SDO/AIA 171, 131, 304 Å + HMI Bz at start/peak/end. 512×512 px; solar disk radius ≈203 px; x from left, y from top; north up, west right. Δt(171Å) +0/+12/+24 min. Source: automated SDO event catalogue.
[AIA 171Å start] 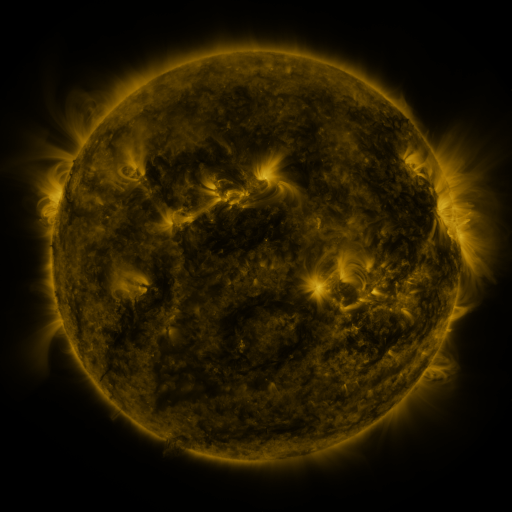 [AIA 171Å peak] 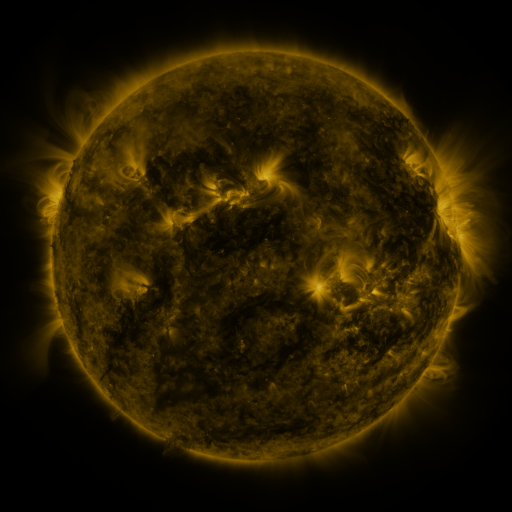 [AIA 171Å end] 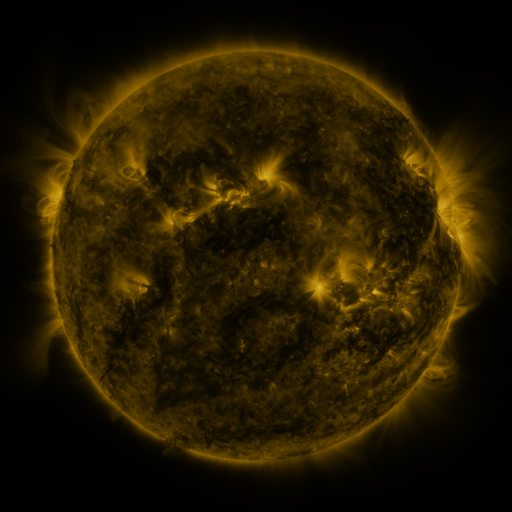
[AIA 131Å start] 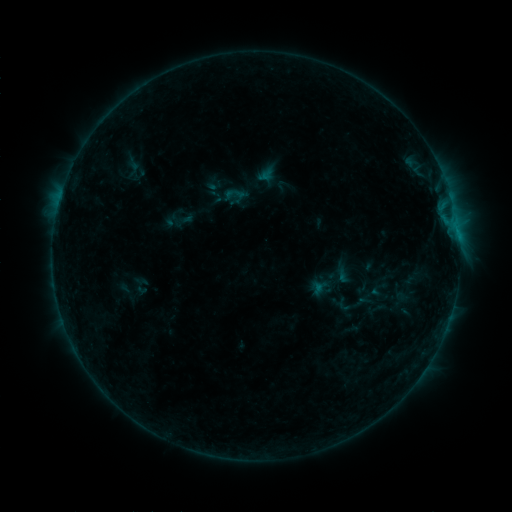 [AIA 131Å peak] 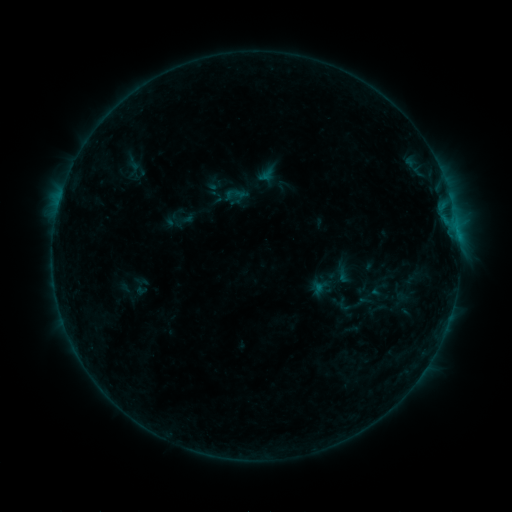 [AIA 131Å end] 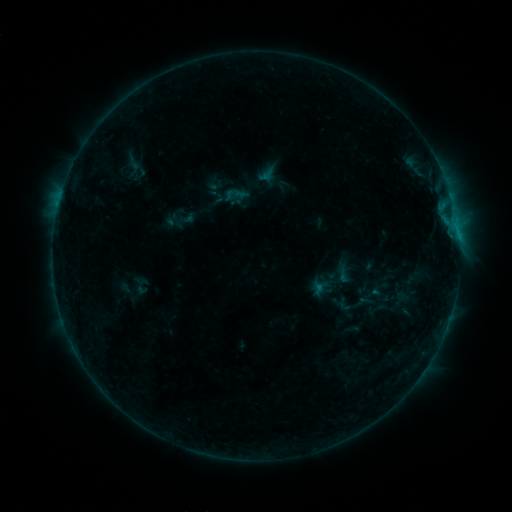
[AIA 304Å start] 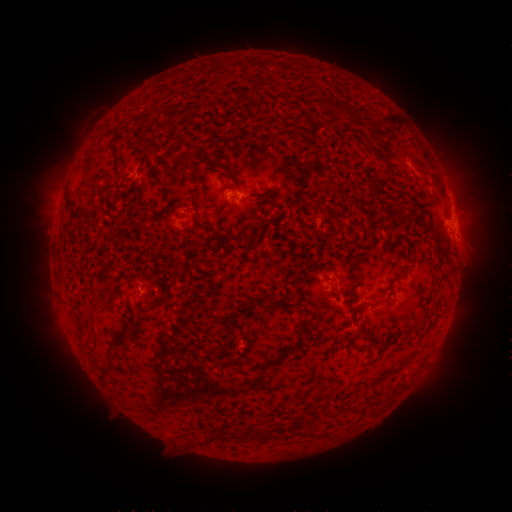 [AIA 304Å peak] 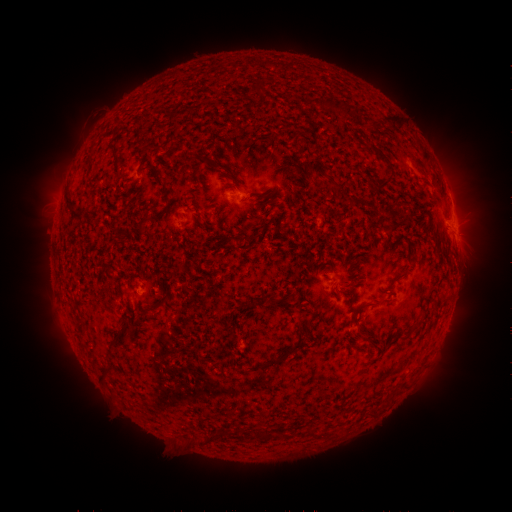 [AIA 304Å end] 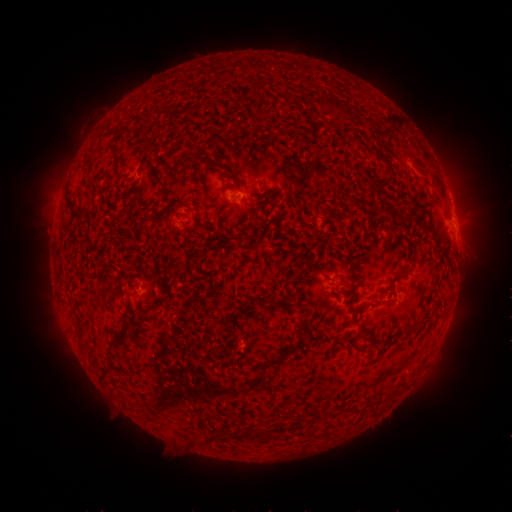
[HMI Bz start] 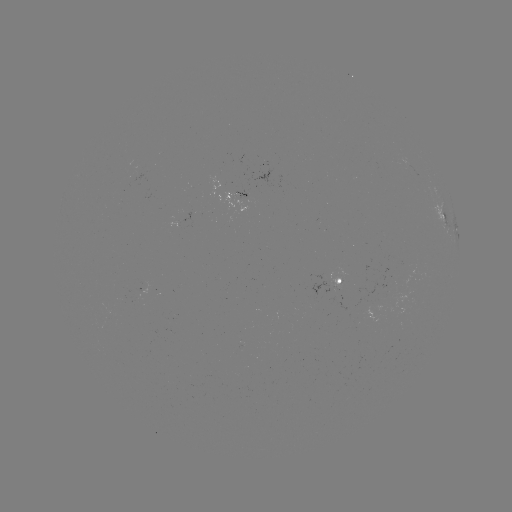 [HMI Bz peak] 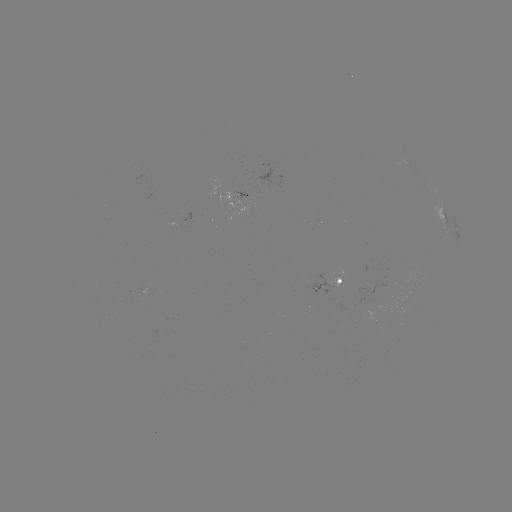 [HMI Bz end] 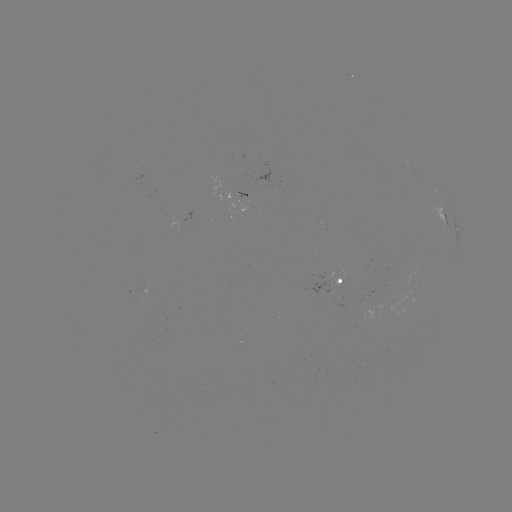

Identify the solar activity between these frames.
no classed flare was catalogued and no EUV brightening was flagged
